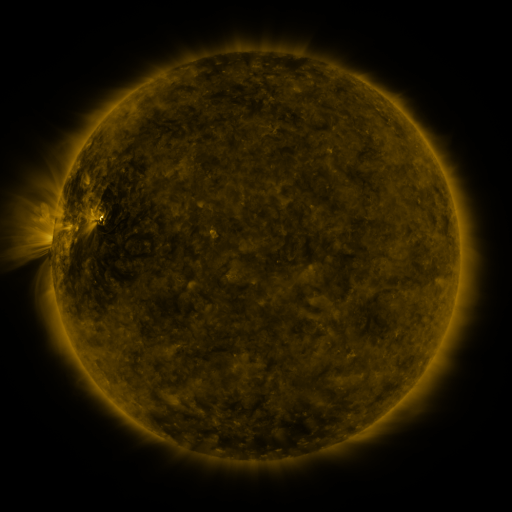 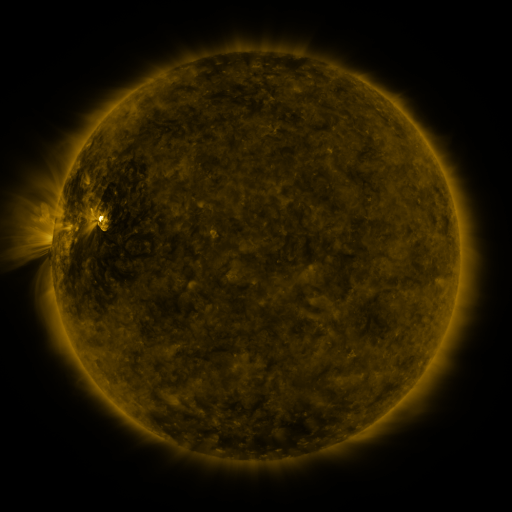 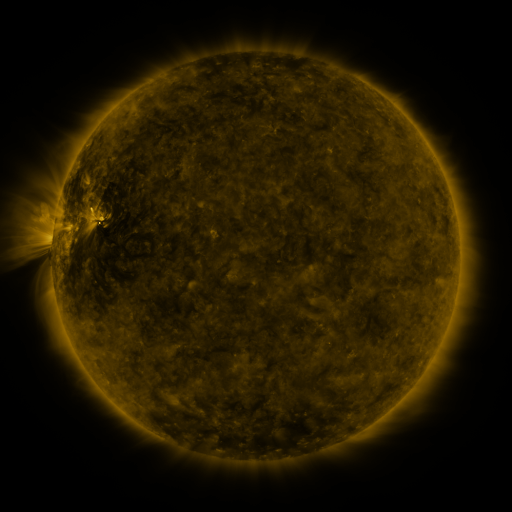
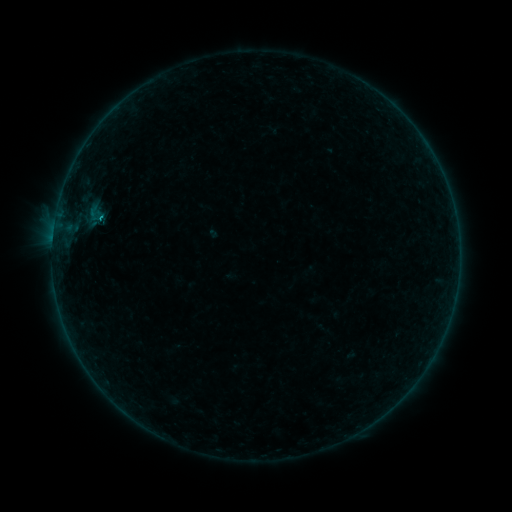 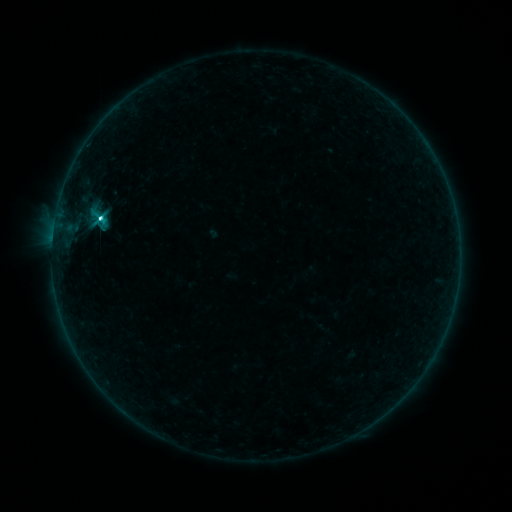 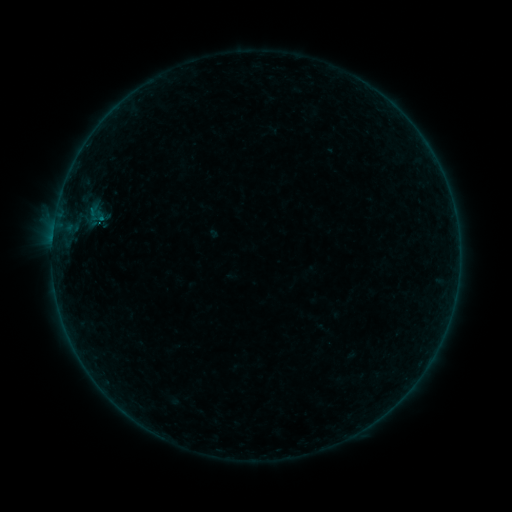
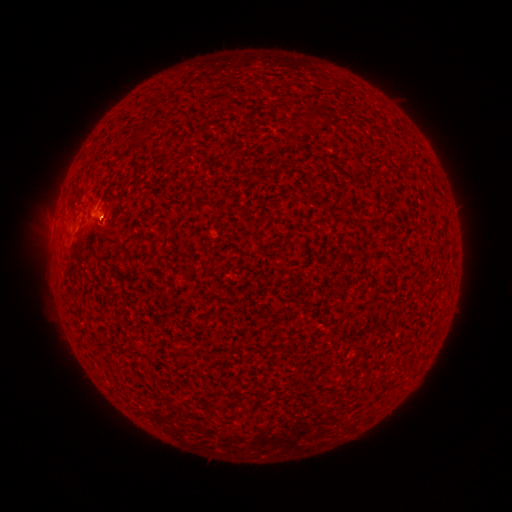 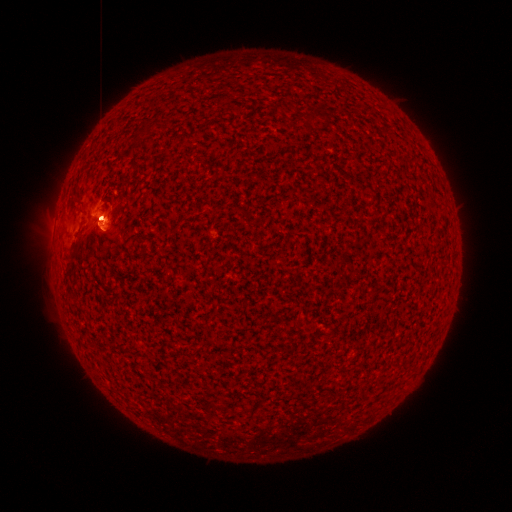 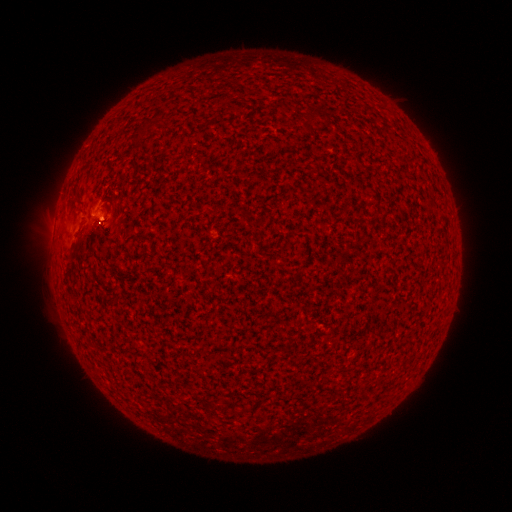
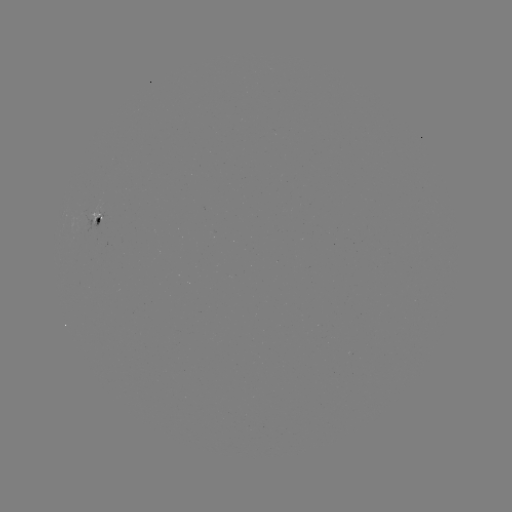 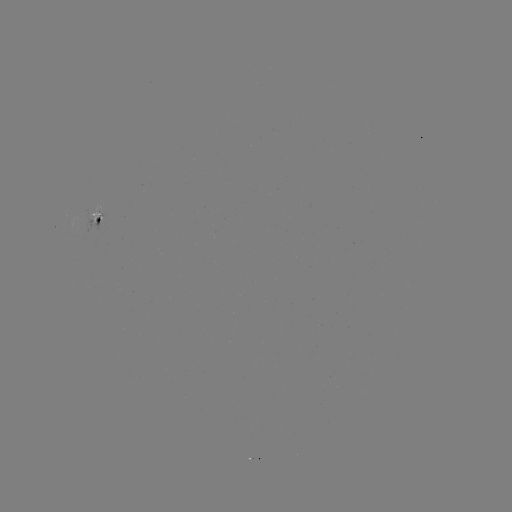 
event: flare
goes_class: C9.9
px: (101, 219)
